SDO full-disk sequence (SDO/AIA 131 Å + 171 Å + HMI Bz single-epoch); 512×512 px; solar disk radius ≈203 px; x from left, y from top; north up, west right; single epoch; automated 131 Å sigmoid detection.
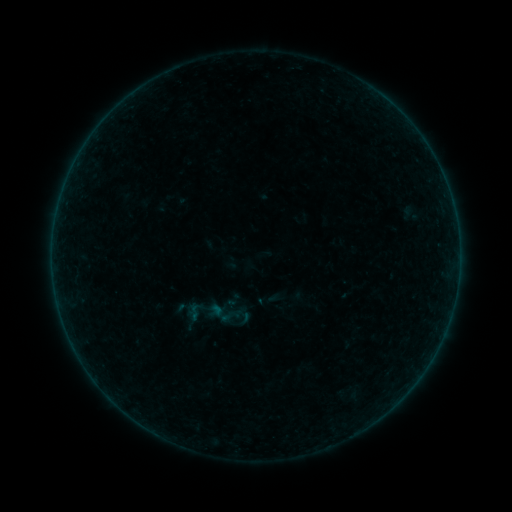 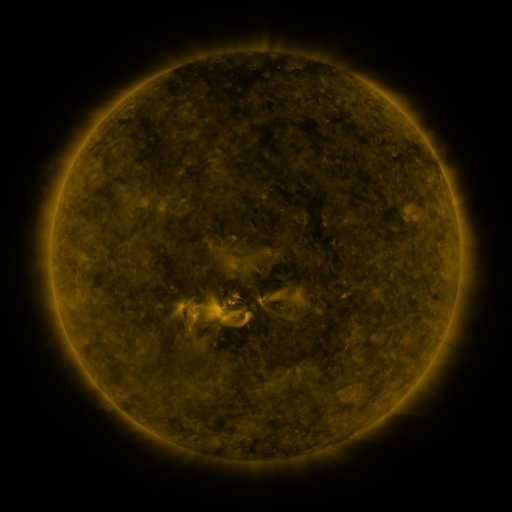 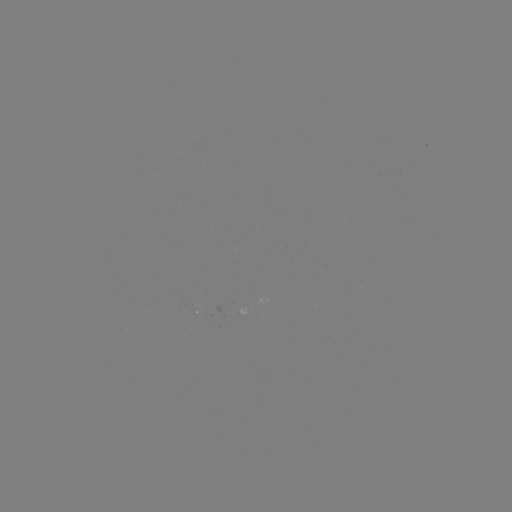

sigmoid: <bbox>225, 290, 242, 308</bbox>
